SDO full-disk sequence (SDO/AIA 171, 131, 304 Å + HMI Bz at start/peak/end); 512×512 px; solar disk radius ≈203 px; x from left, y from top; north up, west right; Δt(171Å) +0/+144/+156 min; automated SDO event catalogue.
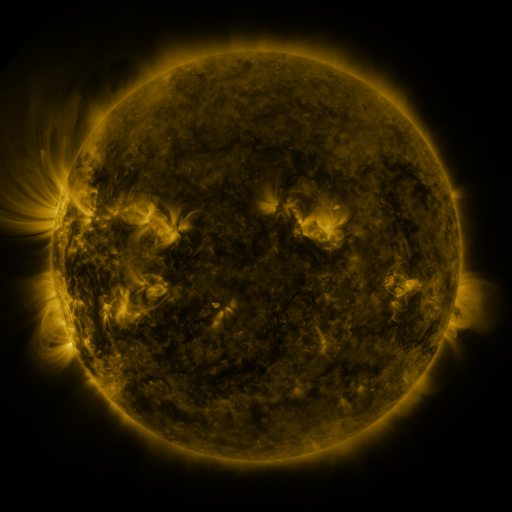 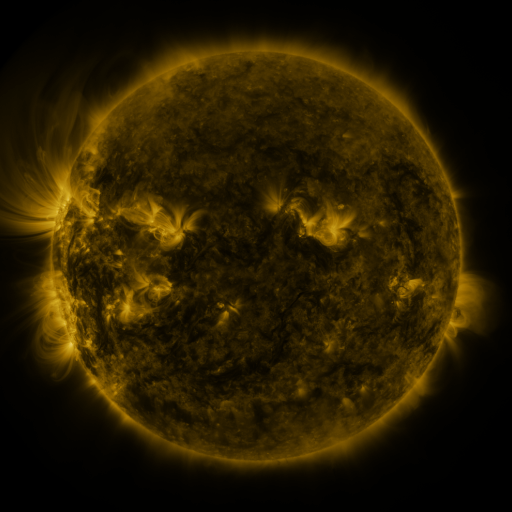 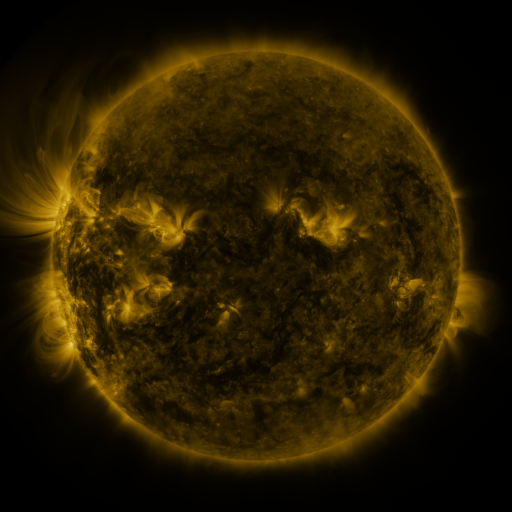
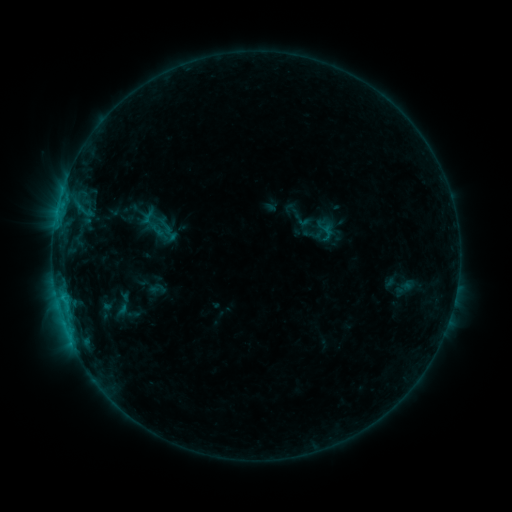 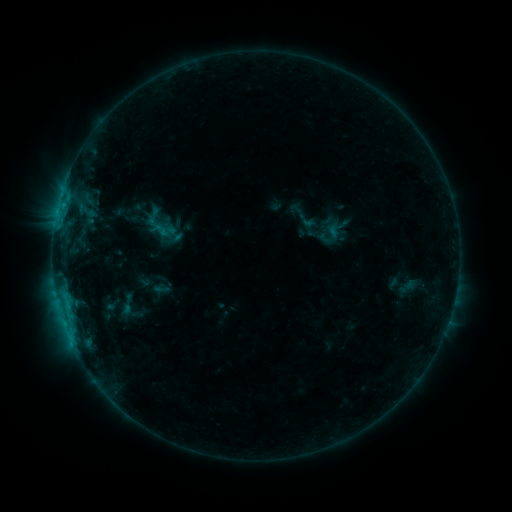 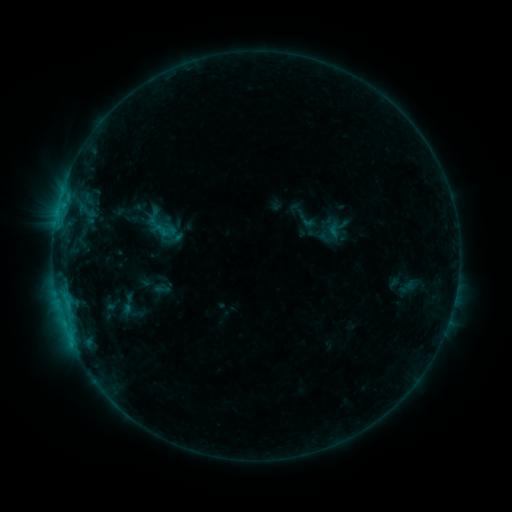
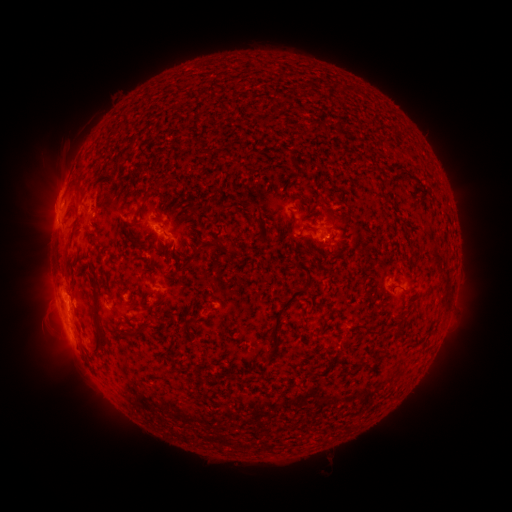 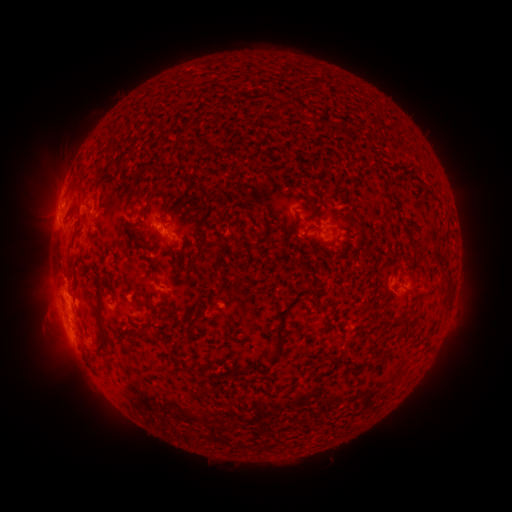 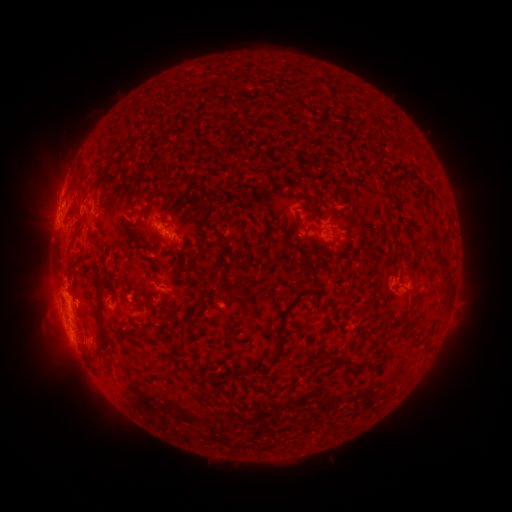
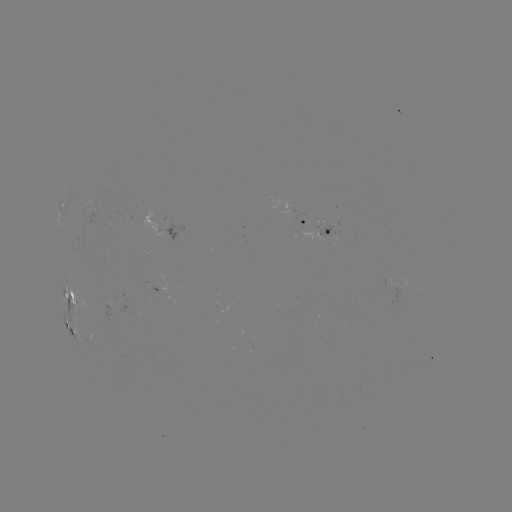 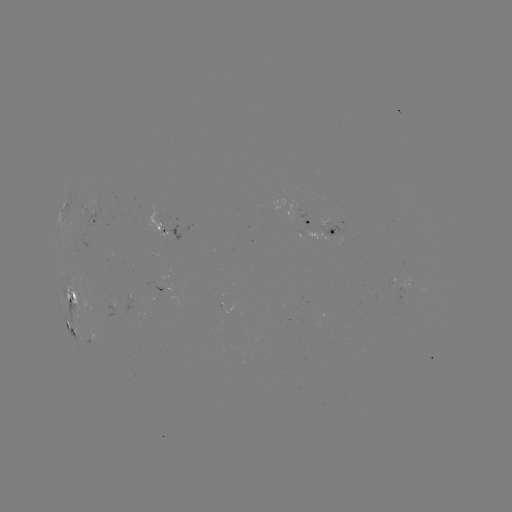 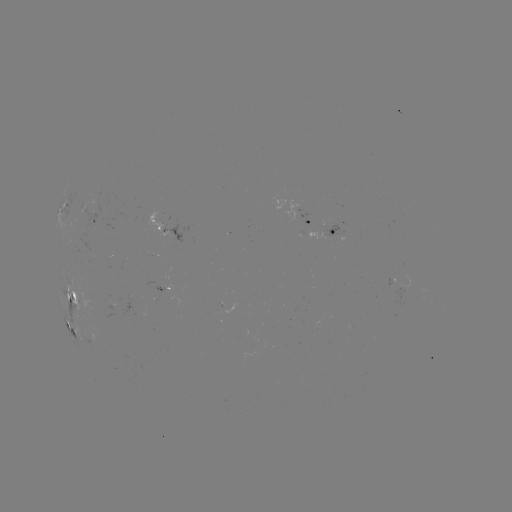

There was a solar emerging-flux region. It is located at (99, 199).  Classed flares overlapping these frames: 1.